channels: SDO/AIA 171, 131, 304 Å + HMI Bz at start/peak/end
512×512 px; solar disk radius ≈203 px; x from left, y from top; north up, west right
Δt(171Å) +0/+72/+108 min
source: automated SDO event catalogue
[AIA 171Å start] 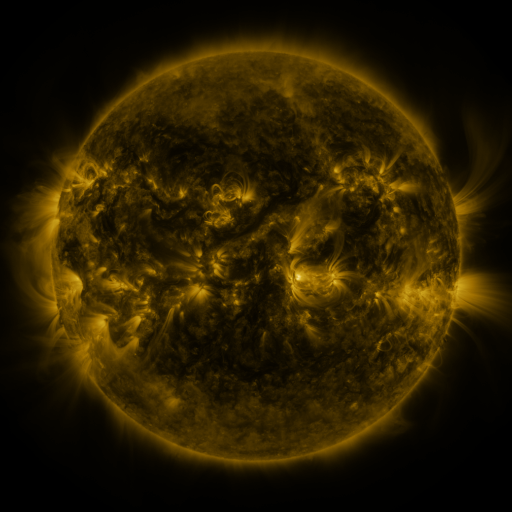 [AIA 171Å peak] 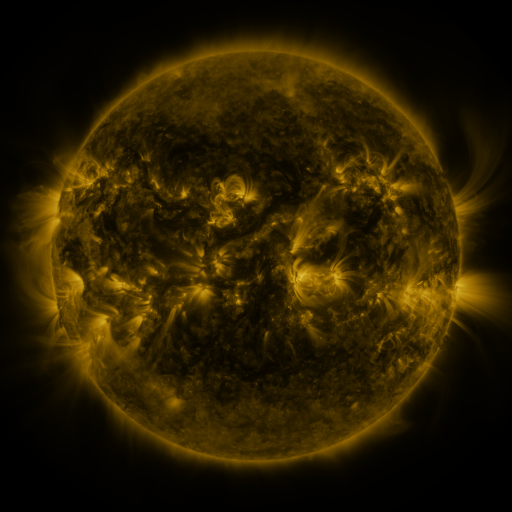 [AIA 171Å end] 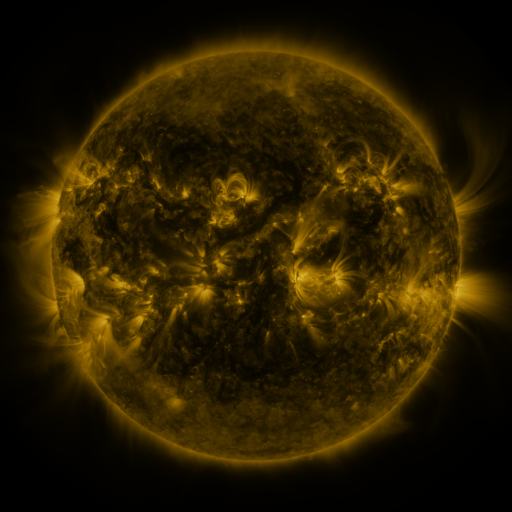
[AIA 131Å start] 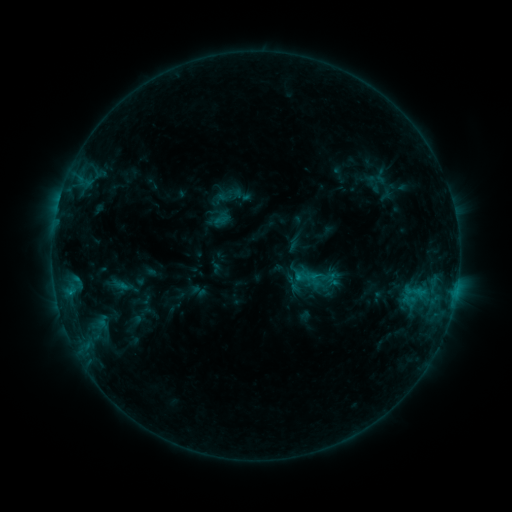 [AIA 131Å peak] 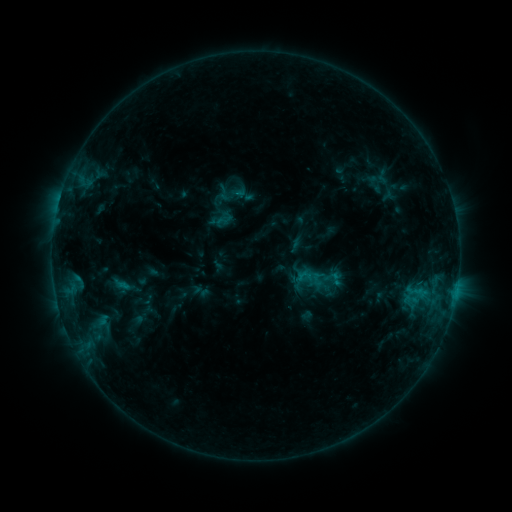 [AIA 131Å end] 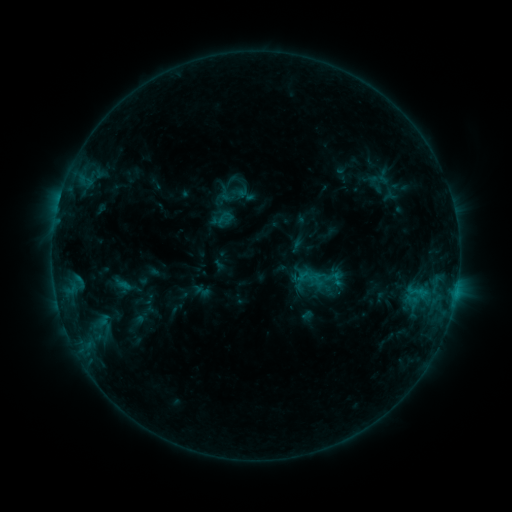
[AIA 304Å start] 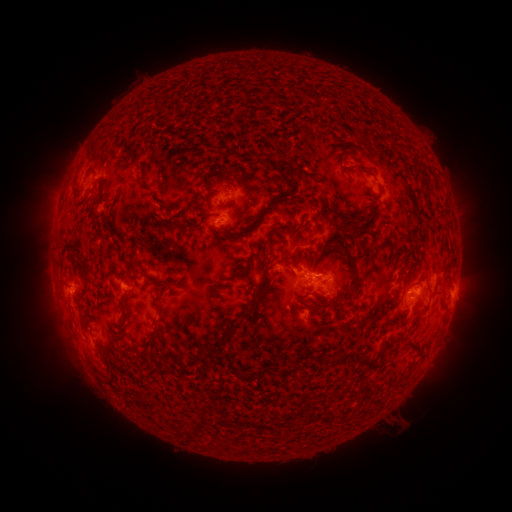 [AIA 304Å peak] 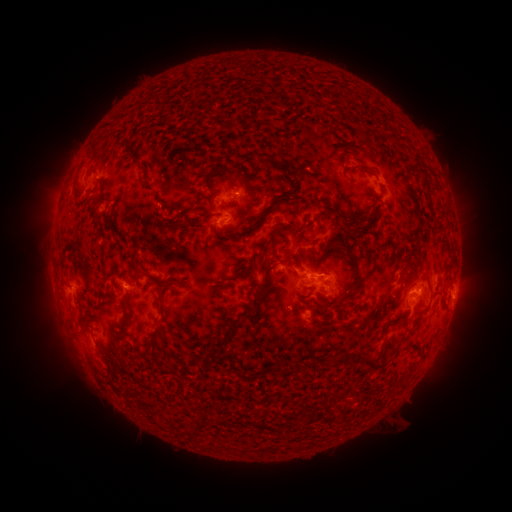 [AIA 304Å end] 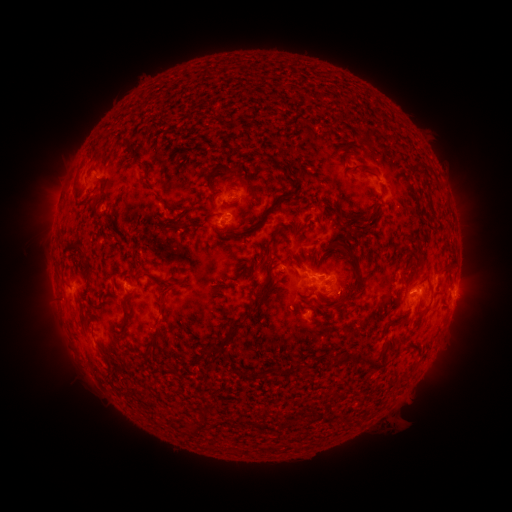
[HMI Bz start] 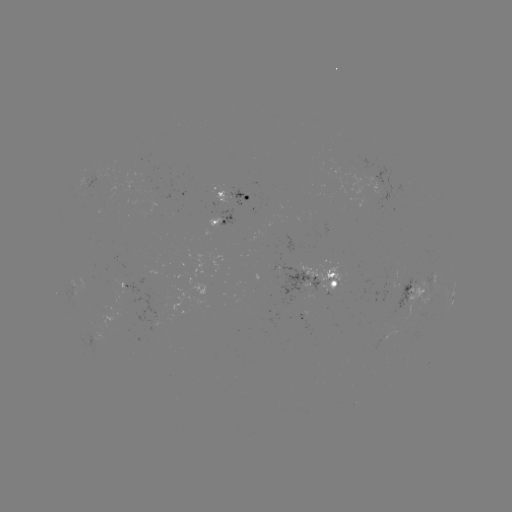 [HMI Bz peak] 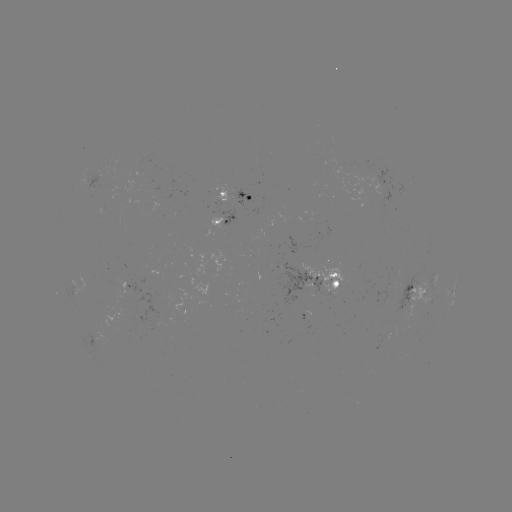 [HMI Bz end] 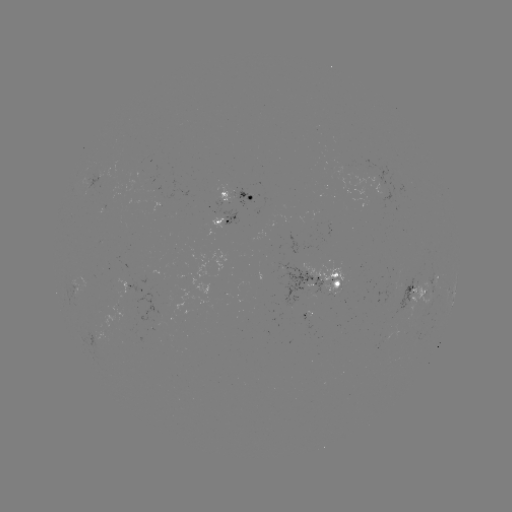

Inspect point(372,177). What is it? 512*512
emerging-flux region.